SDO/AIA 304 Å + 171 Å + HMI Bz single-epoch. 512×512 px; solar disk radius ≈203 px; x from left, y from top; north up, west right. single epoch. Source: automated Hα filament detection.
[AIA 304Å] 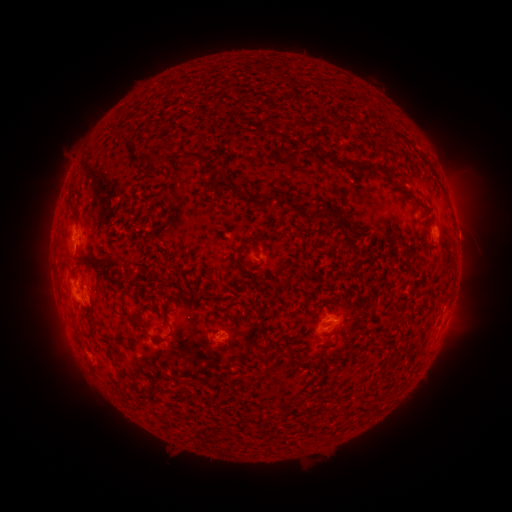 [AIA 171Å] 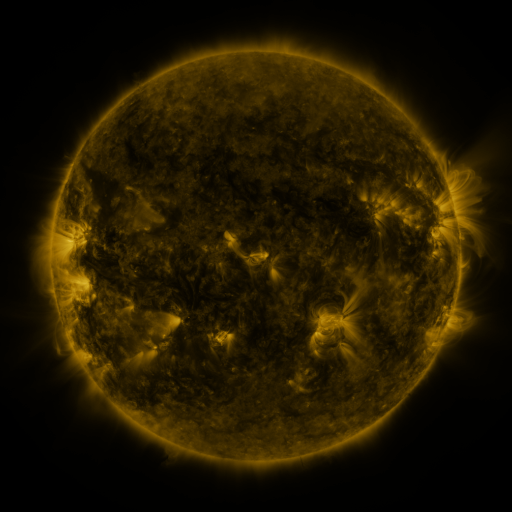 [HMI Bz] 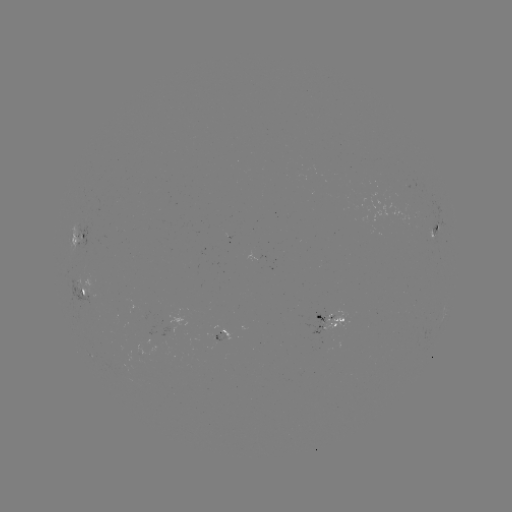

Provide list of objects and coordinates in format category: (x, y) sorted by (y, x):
filament: (121, 142)
filament: (188, 155)
filament: (330, 158)
filament: (396, 172)
filament: (221, 186)
filament: (262, 203)
filament: (294, 207)
filament: (329, 209)
filament: (350, 229)
filament: (348, 243)
filament: (243, 244)
filament: (88, 267)
filament: (196, 290)
filament: (93, 332)
filament: (269, 349)
filament: (115, 354)
filament: (388, 358)
filament: (122, 377)
filament: (196, 385)
filament: (152, 397)
